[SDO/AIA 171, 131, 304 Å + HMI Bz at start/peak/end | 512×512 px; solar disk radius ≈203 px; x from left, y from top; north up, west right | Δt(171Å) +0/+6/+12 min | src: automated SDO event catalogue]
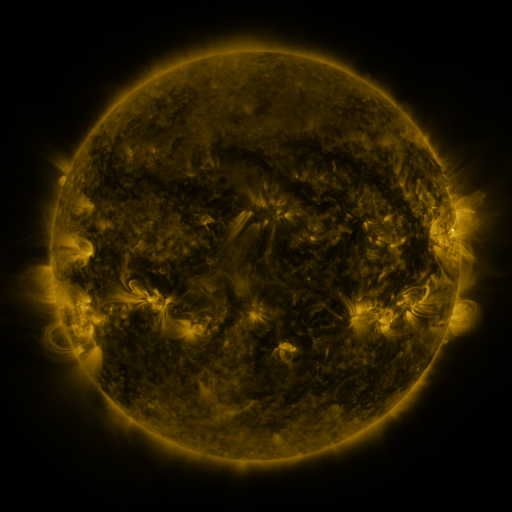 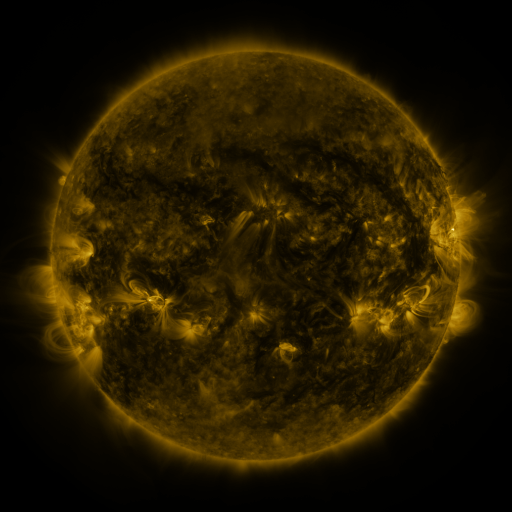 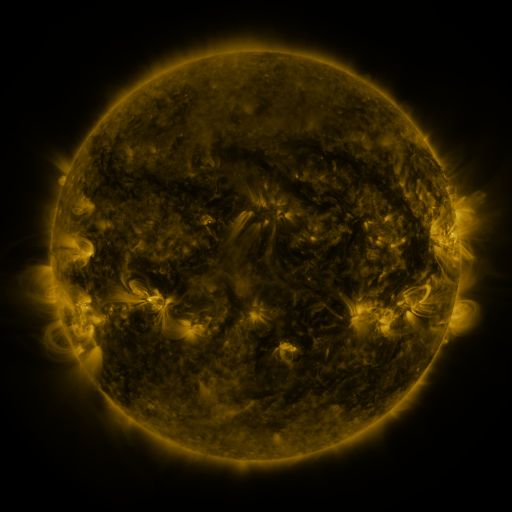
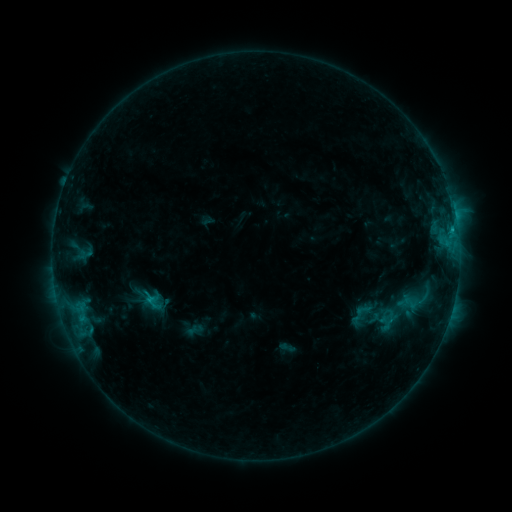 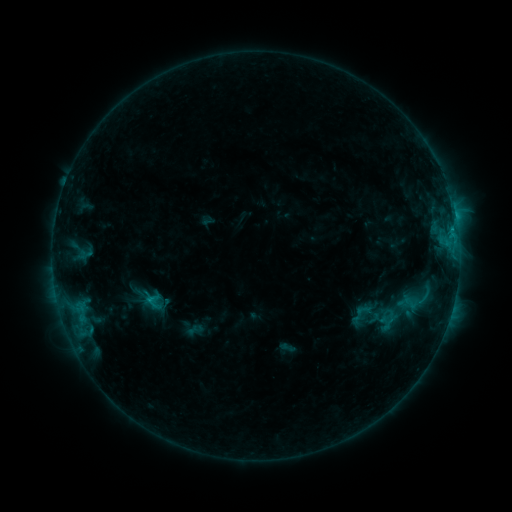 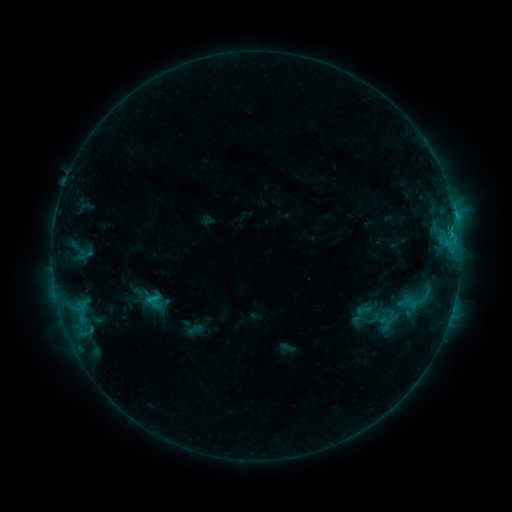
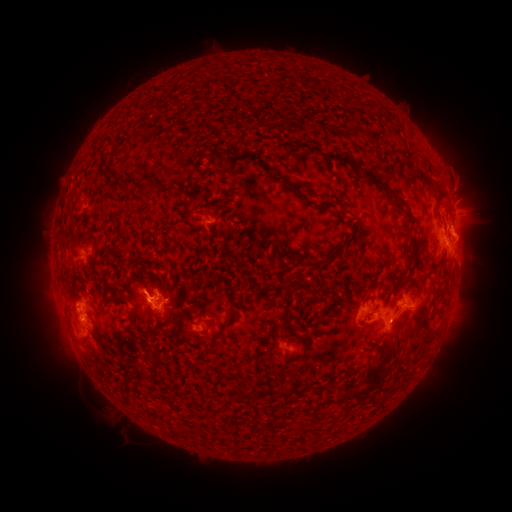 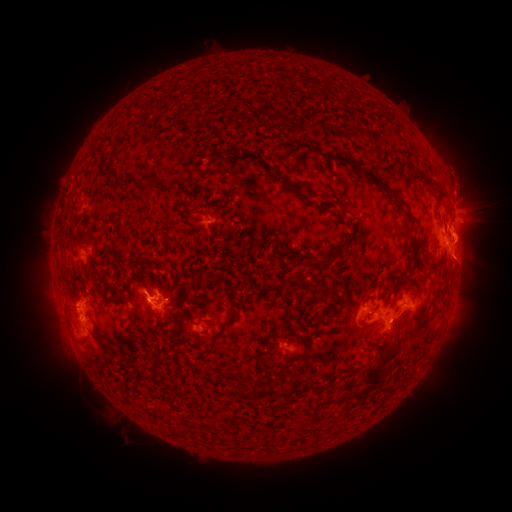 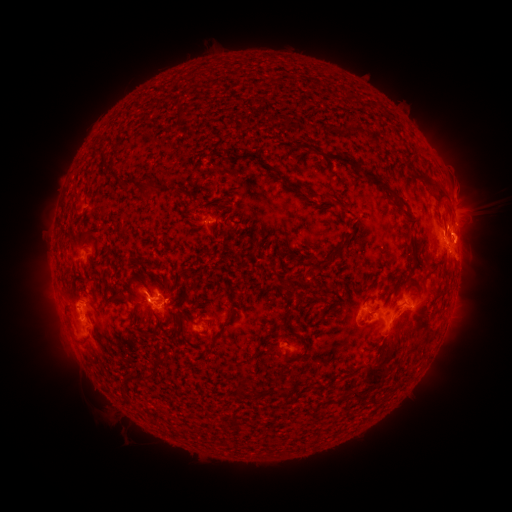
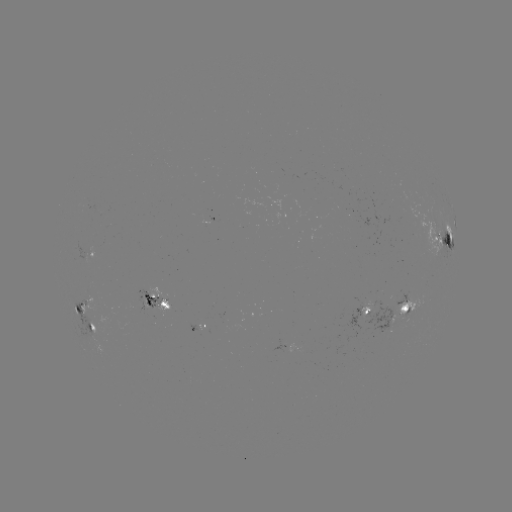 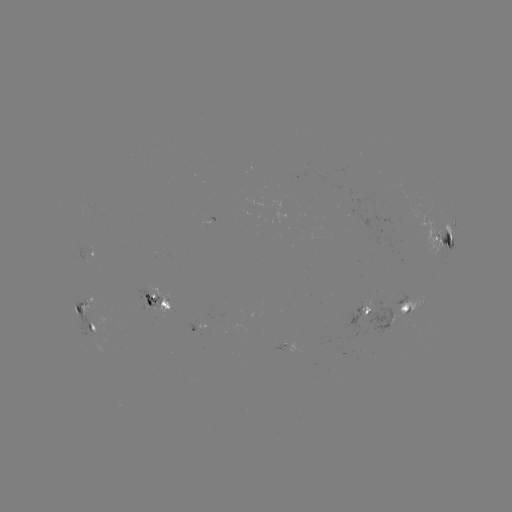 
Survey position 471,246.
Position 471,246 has eruption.